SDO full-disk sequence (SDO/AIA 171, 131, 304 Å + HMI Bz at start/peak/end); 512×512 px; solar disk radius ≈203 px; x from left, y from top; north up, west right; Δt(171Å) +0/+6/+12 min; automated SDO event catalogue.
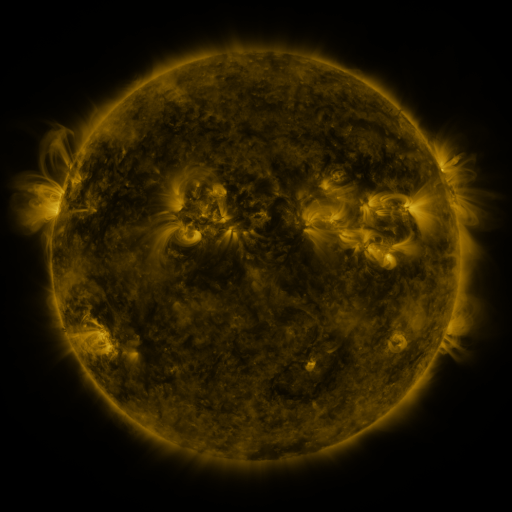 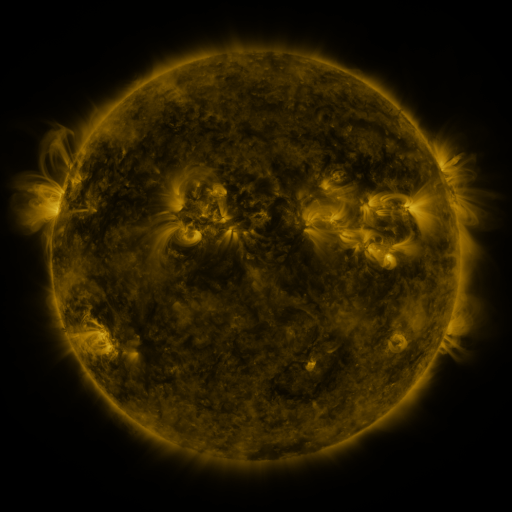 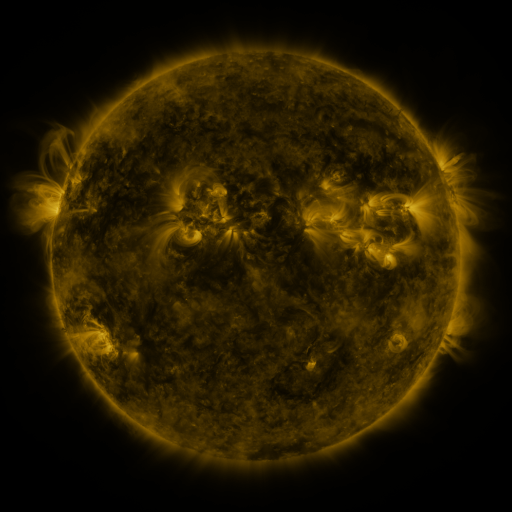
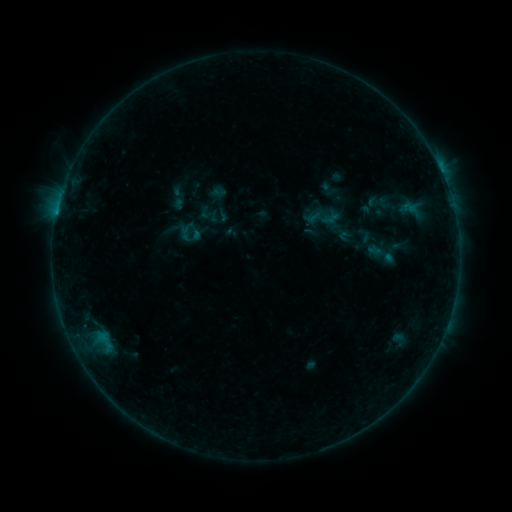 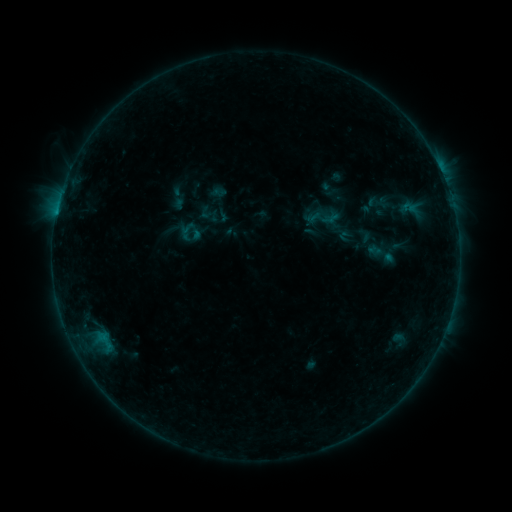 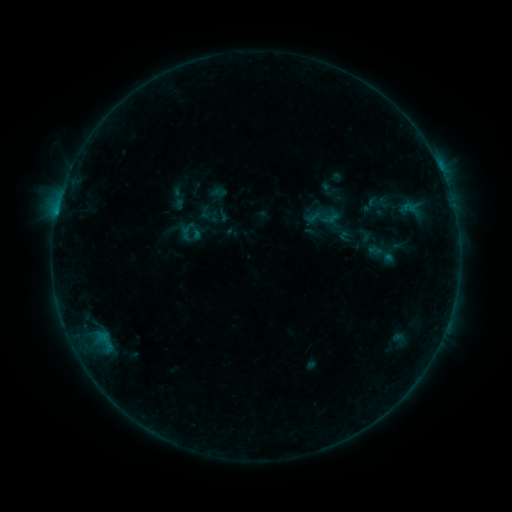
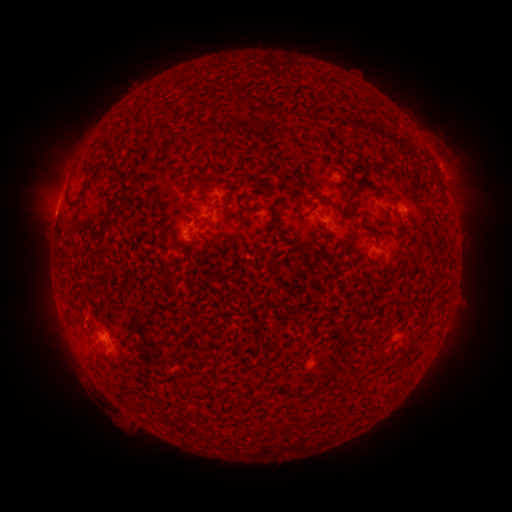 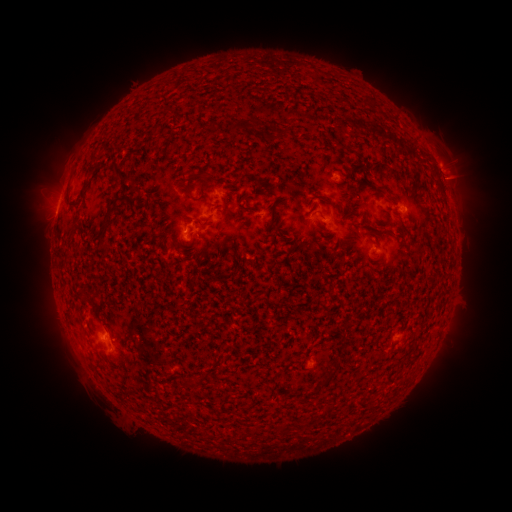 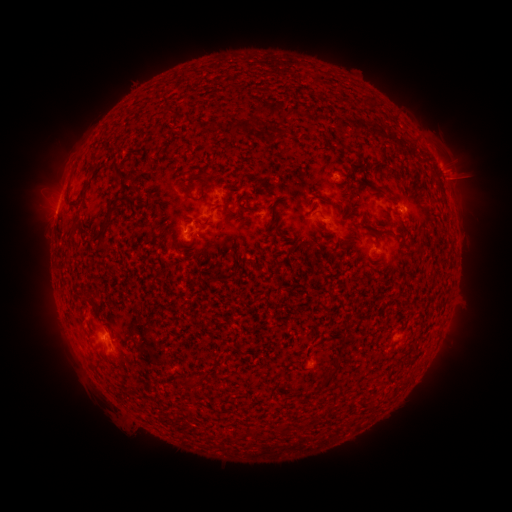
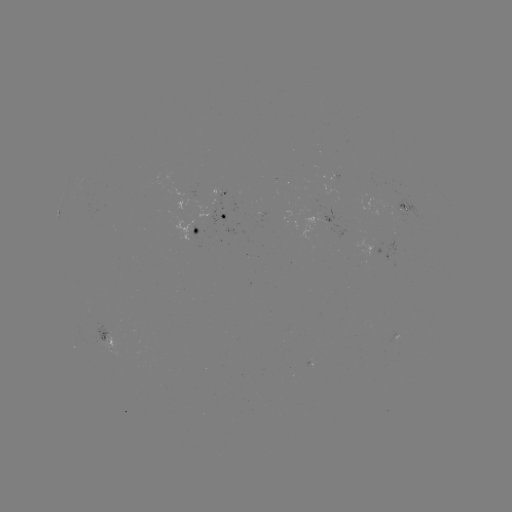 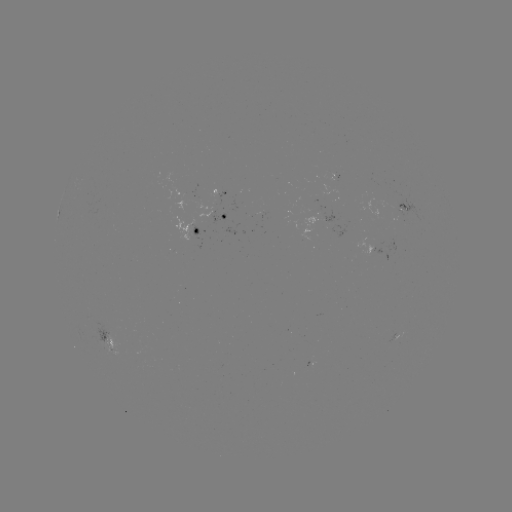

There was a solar eruption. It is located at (454, 172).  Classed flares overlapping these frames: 1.